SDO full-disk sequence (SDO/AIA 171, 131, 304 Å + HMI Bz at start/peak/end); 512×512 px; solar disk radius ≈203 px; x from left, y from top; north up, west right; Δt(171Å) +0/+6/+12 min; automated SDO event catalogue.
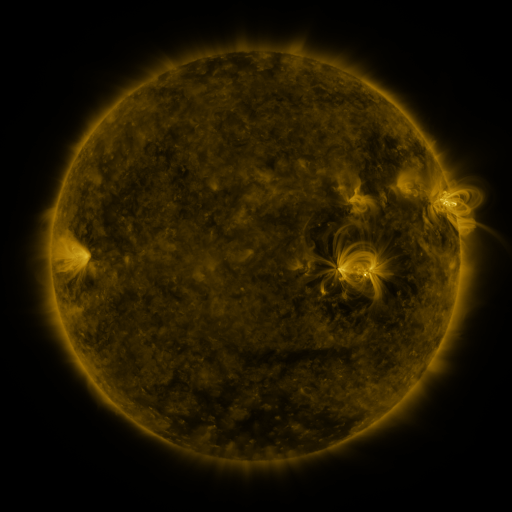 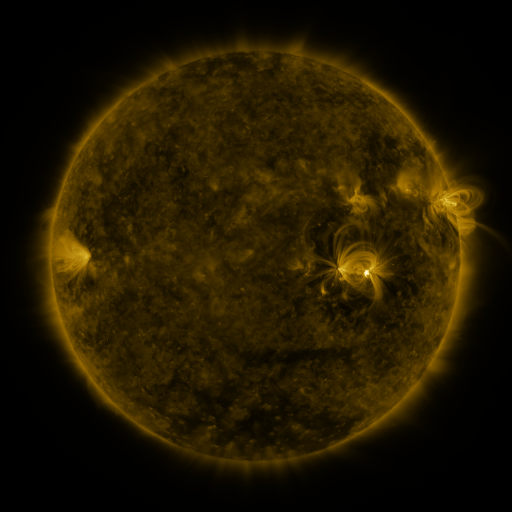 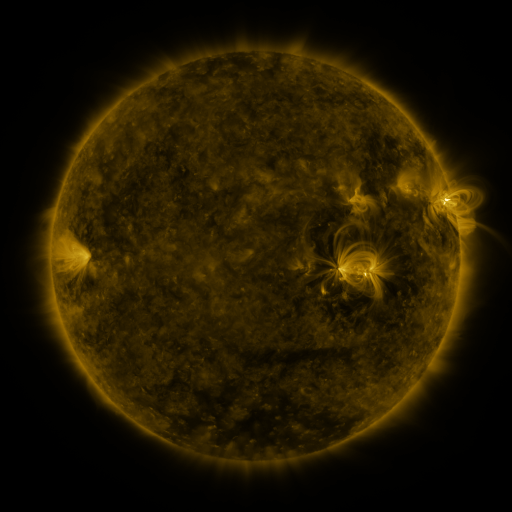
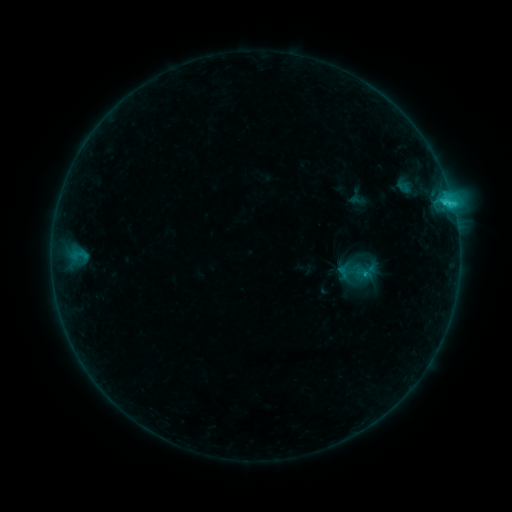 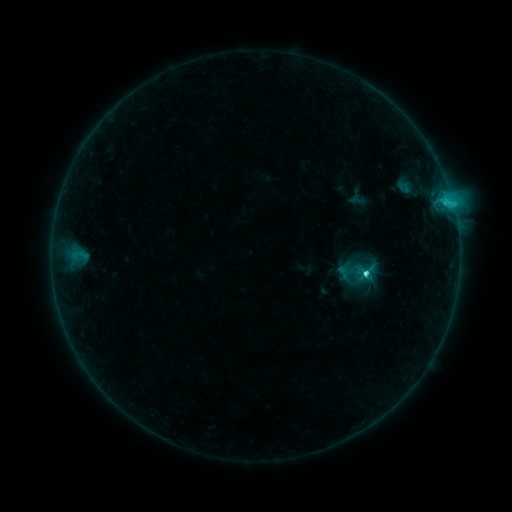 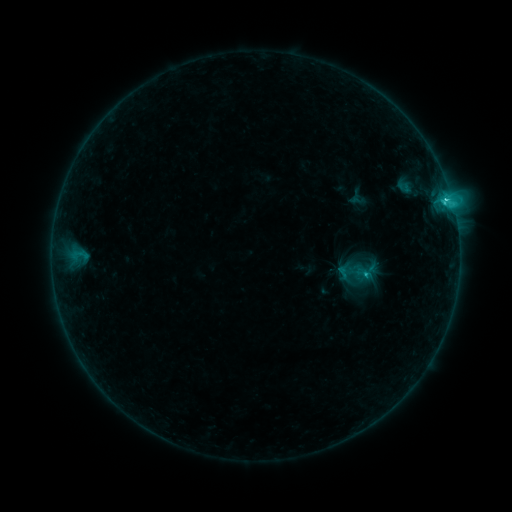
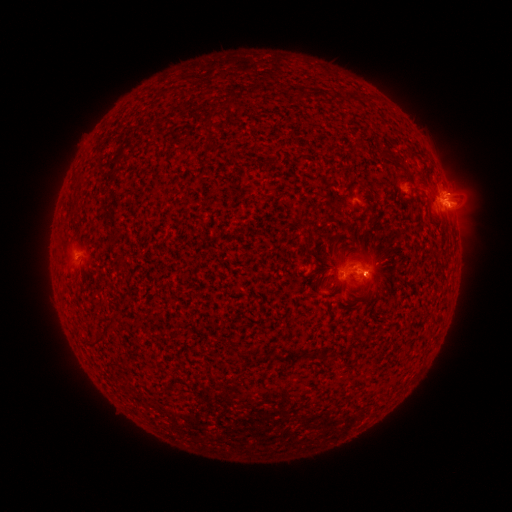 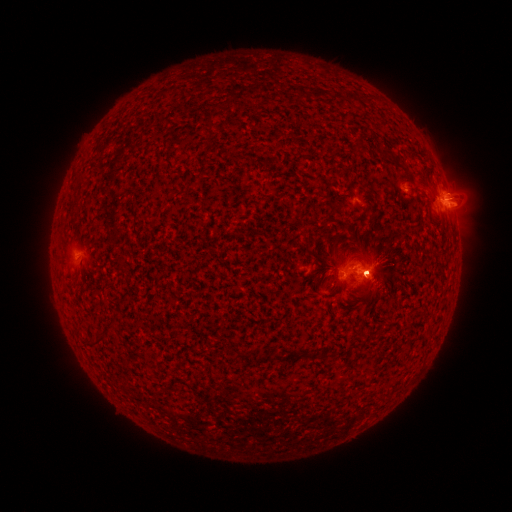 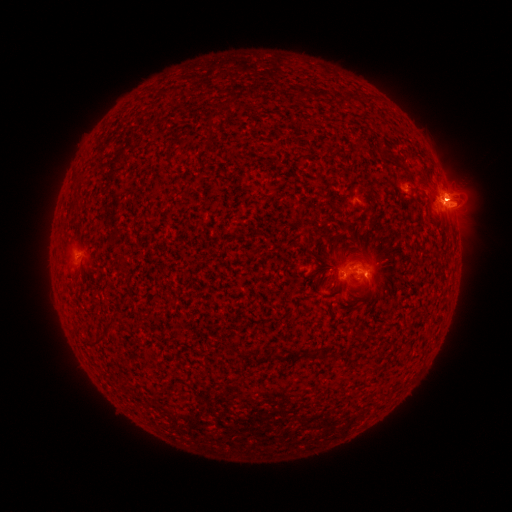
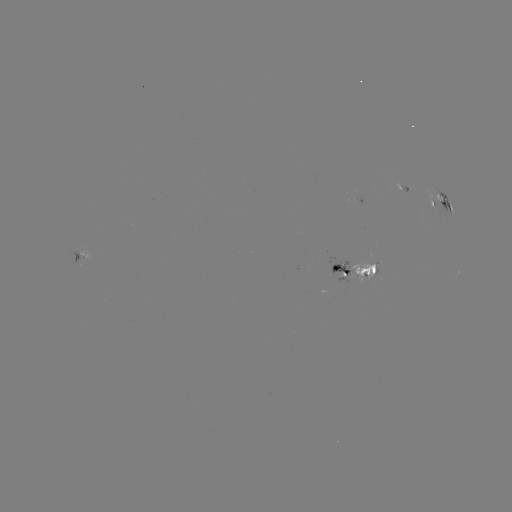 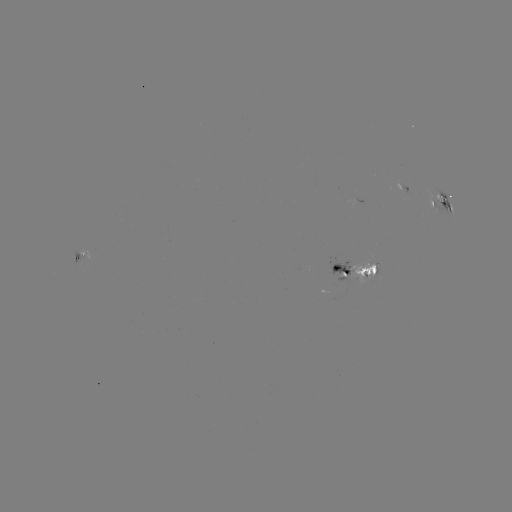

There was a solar flare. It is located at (365, 272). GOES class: C3.8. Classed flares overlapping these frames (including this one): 1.